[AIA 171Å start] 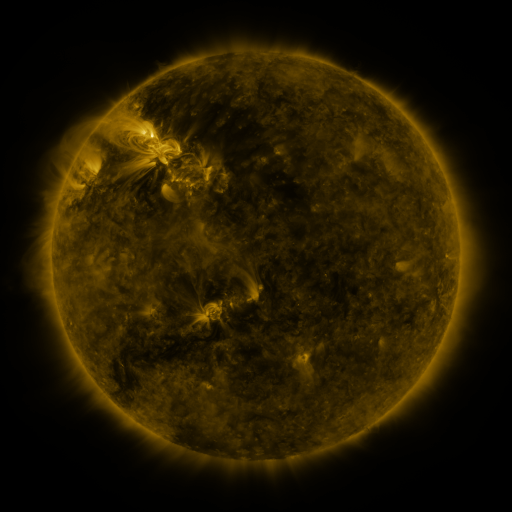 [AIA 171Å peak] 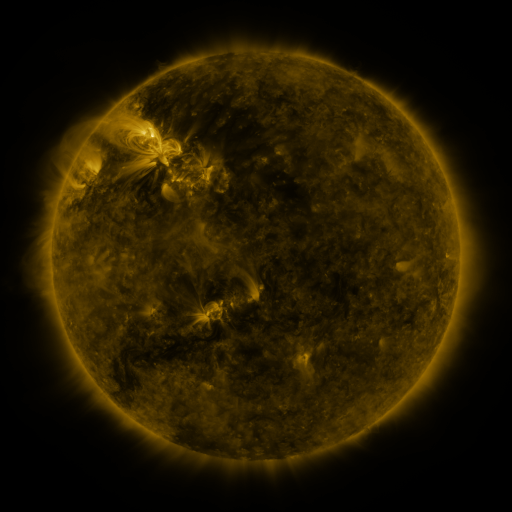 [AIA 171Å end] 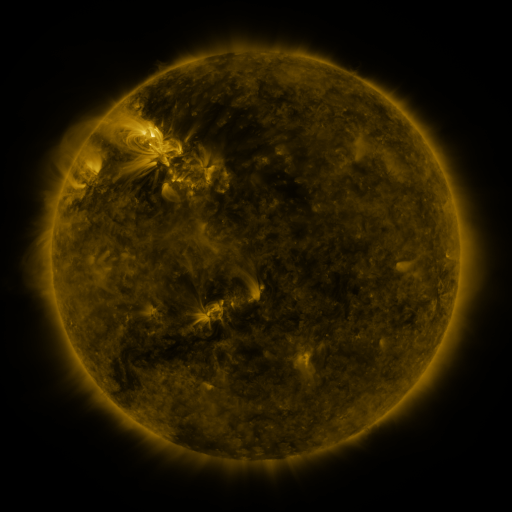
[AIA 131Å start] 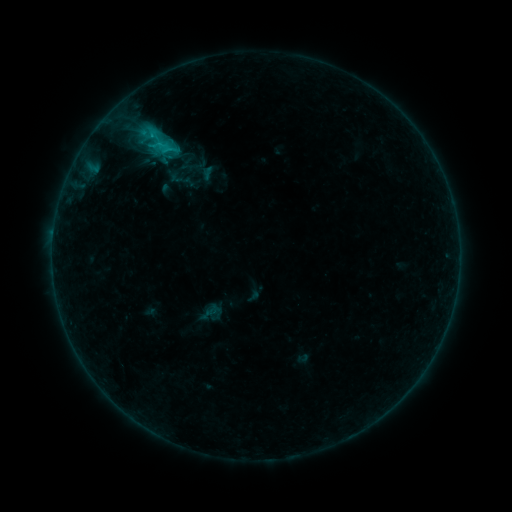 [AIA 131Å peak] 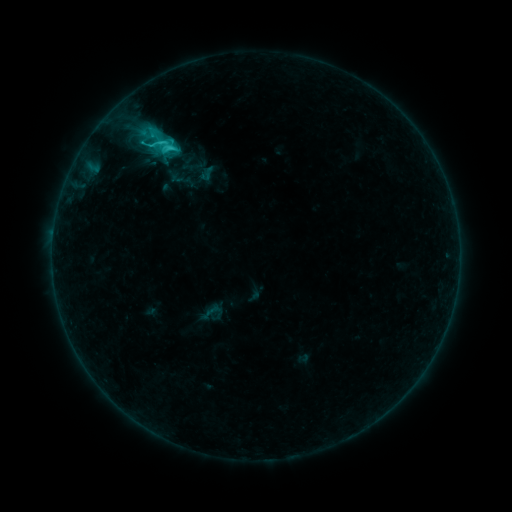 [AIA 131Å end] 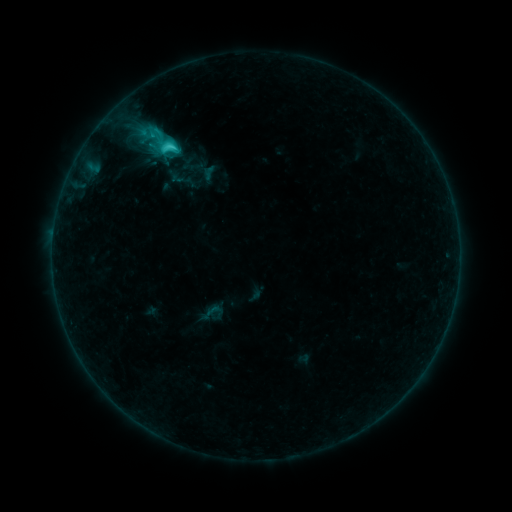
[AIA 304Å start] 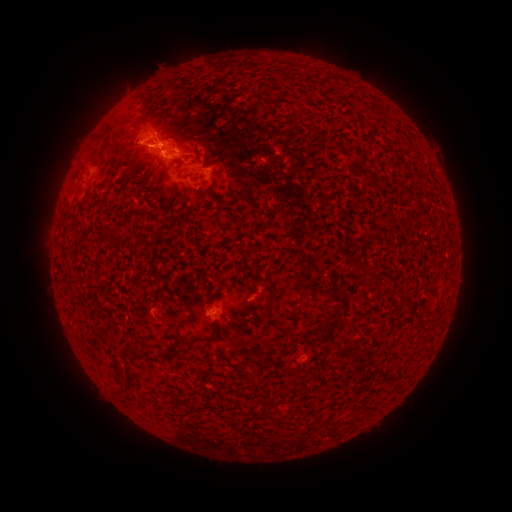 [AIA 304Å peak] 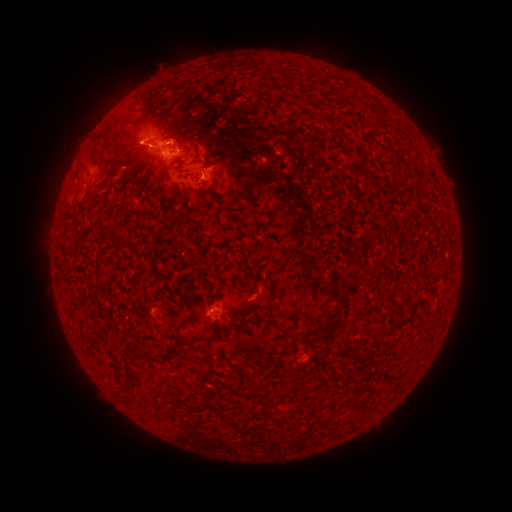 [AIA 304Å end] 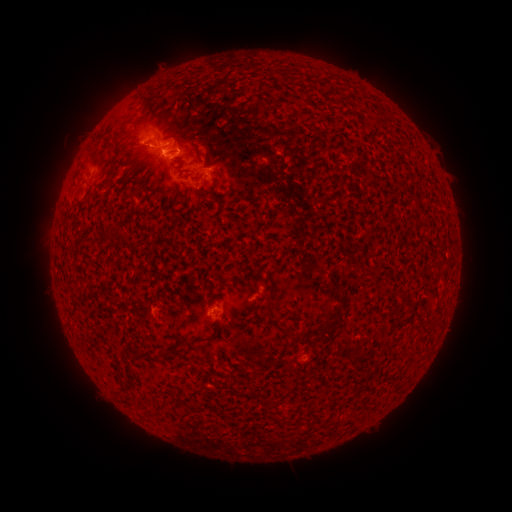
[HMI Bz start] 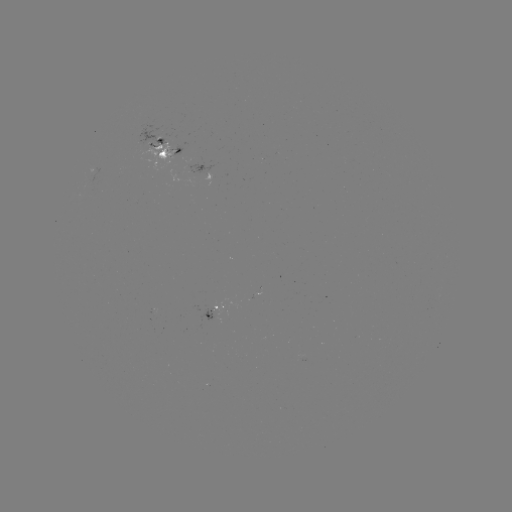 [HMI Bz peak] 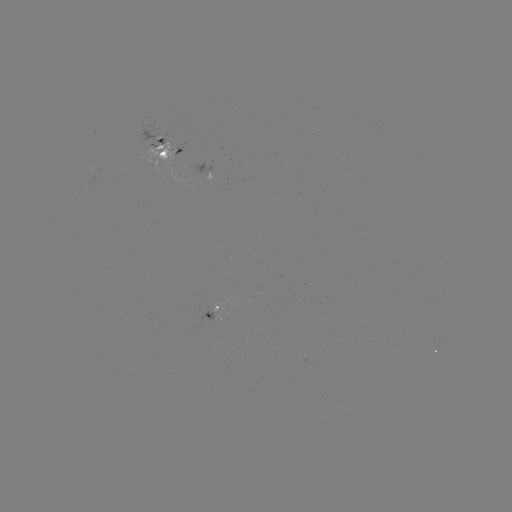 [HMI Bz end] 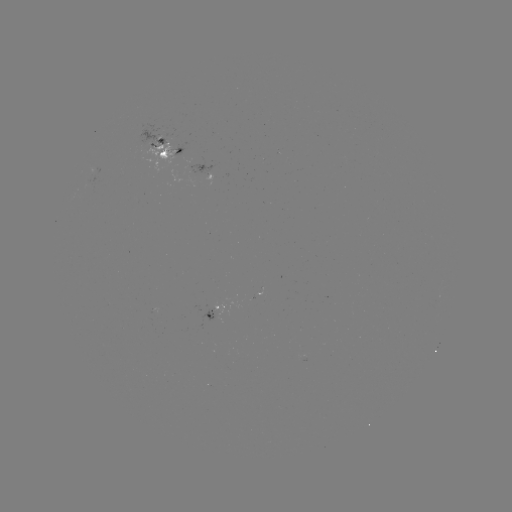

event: emerging-flux region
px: (173, 156)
